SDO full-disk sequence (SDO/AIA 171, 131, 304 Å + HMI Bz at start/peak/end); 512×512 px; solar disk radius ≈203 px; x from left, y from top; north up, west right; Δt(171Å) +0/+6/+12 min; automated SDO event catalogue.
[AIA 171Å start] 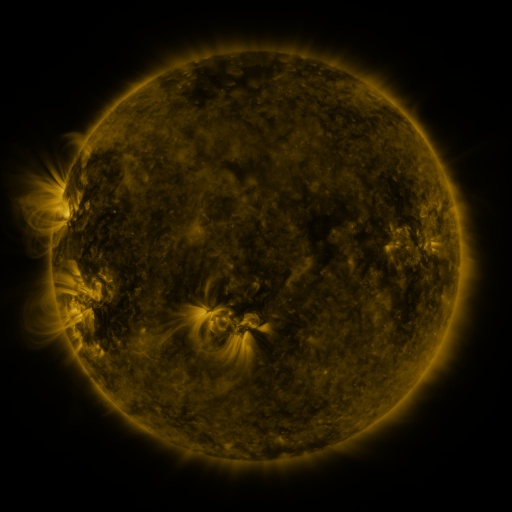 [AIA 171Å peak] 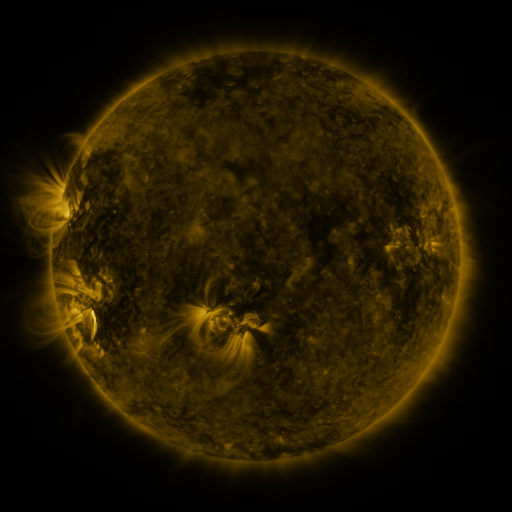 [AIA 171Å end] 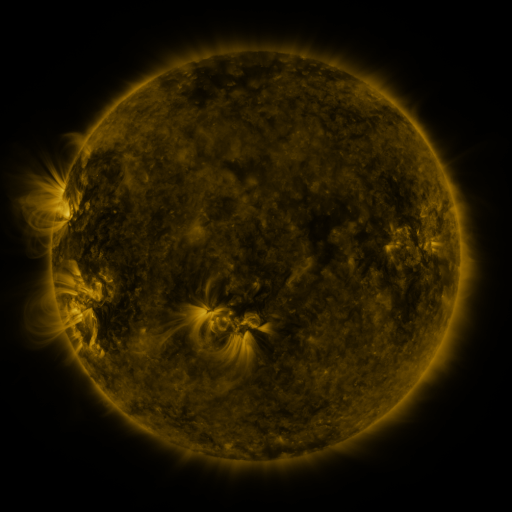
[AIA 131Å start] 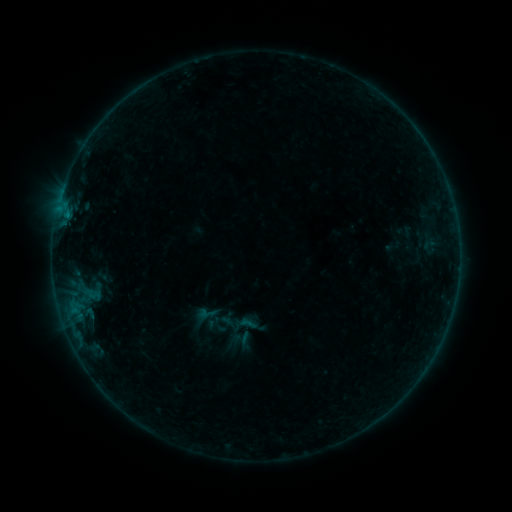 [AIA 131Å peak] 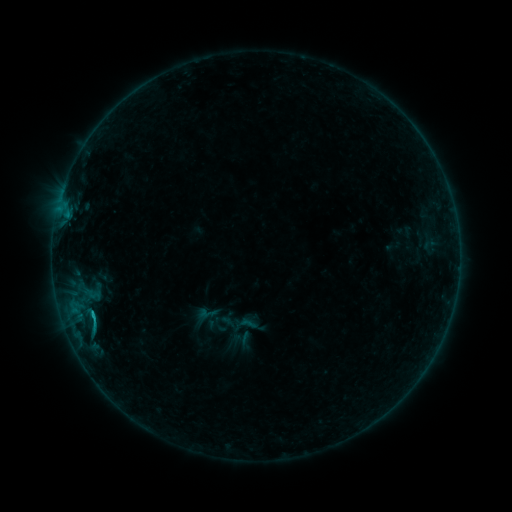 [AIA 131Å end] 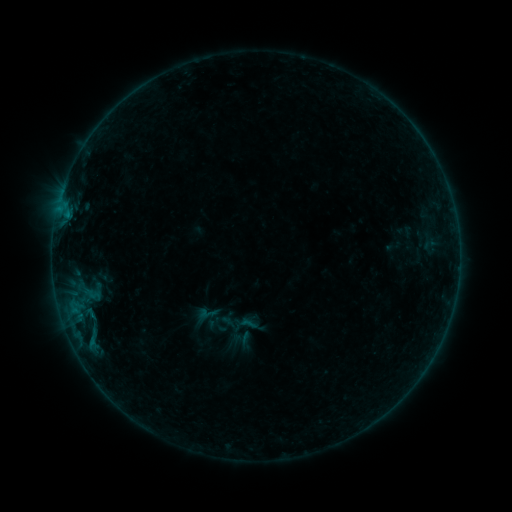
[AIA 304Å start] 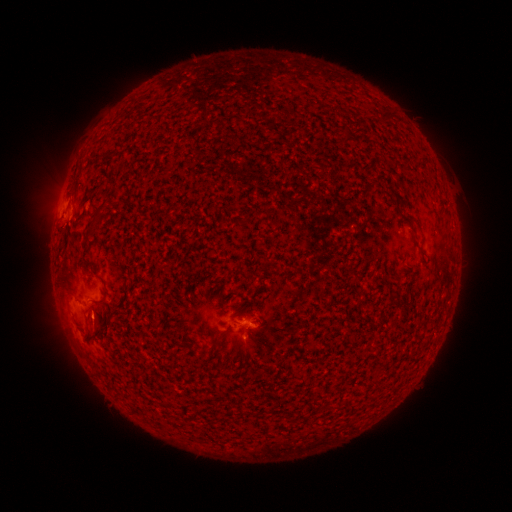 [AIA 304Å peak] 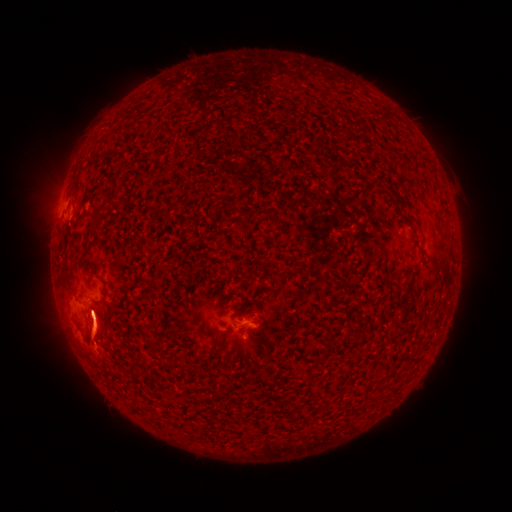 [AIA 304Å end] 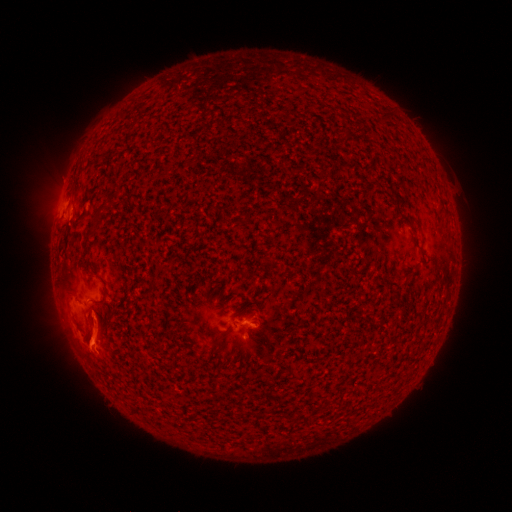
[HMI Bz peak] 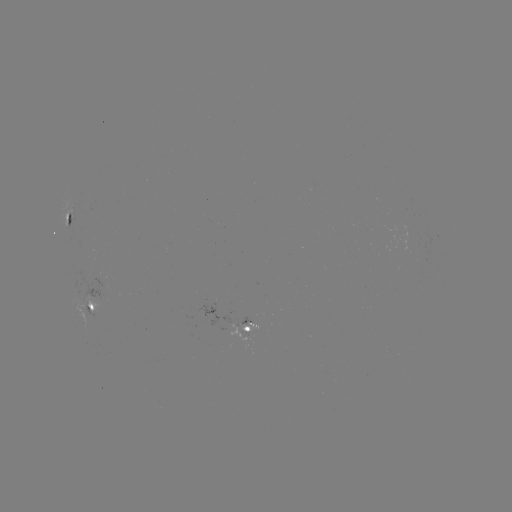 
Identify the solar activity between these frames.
B4.6 flare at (93, 315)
